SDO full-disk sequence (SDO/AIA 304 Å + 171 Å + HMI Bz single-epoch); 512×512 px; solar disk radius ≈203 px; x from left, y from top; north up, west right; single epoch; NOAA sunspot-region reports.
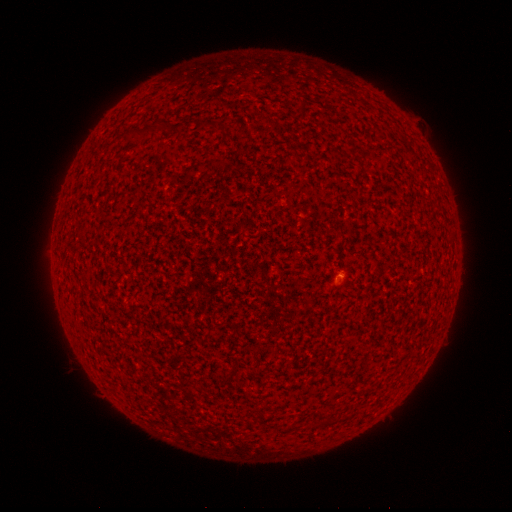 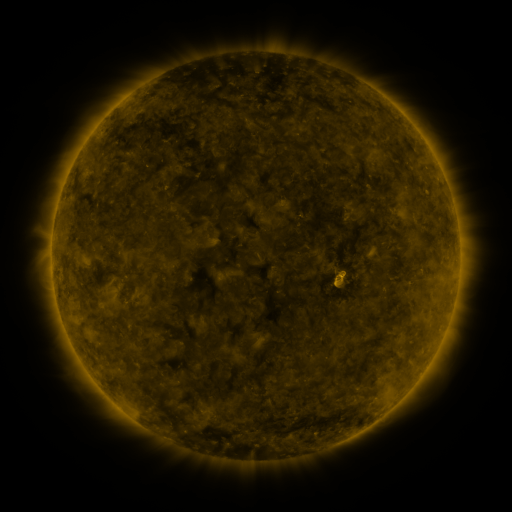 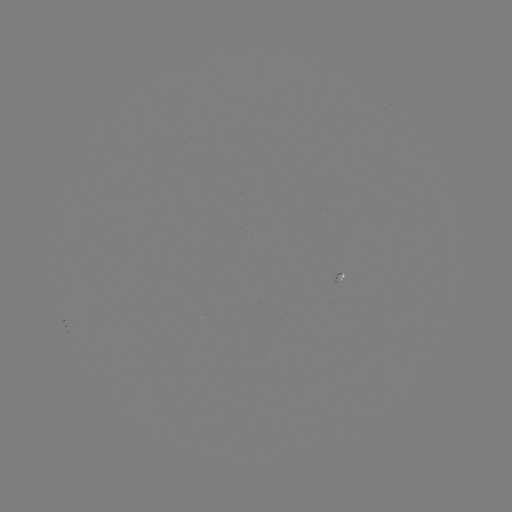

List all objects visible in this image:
(none)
